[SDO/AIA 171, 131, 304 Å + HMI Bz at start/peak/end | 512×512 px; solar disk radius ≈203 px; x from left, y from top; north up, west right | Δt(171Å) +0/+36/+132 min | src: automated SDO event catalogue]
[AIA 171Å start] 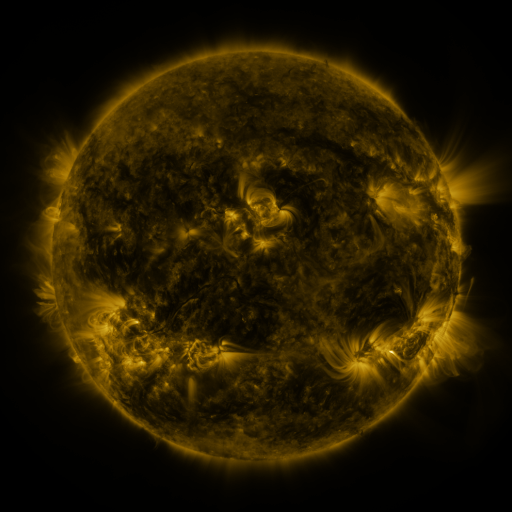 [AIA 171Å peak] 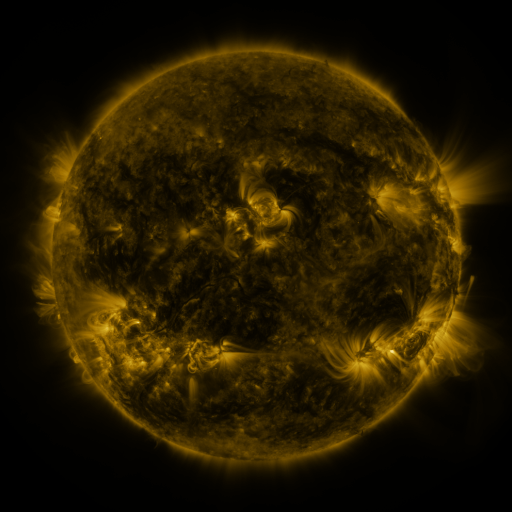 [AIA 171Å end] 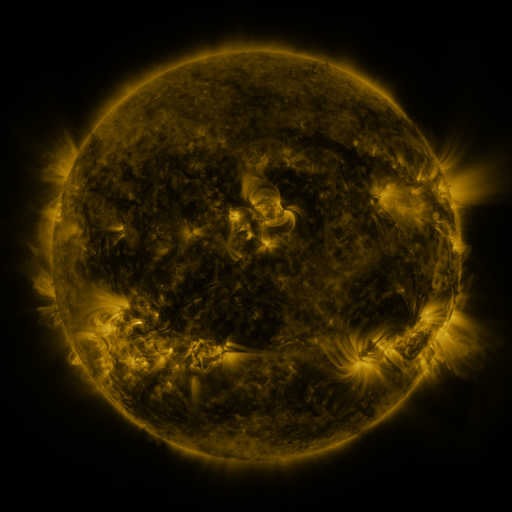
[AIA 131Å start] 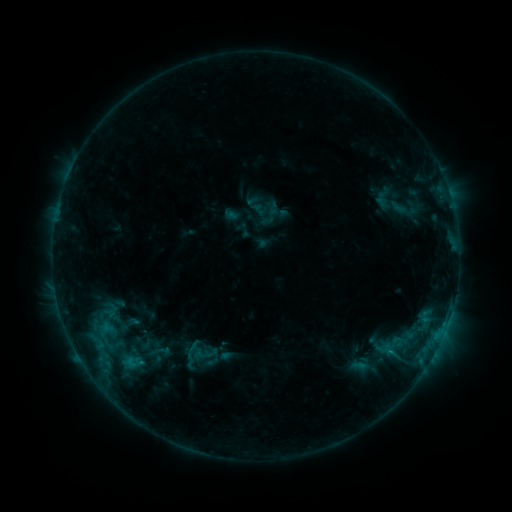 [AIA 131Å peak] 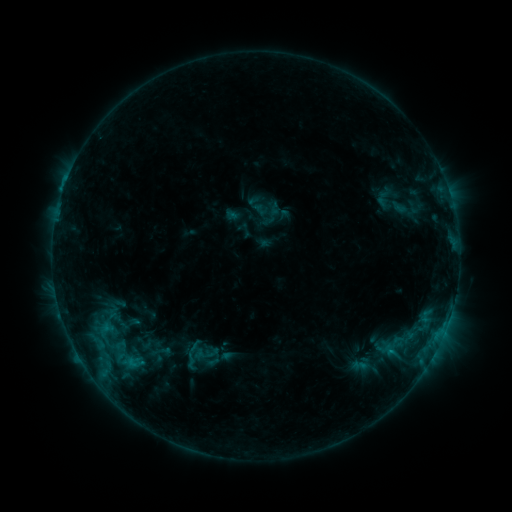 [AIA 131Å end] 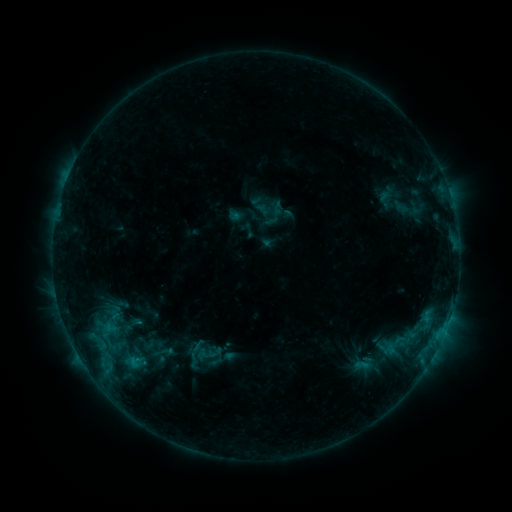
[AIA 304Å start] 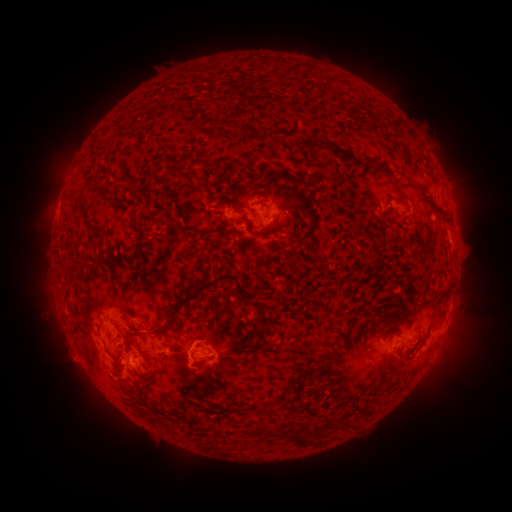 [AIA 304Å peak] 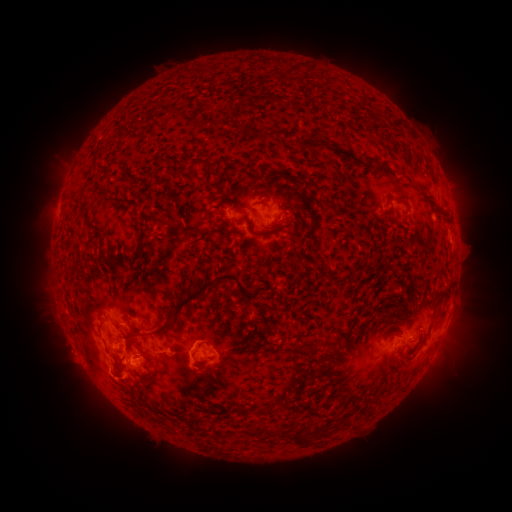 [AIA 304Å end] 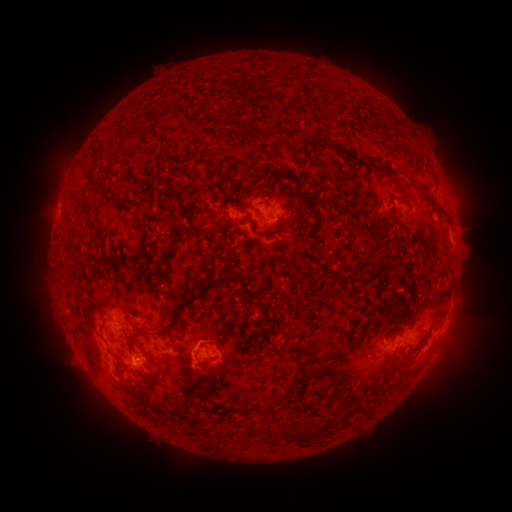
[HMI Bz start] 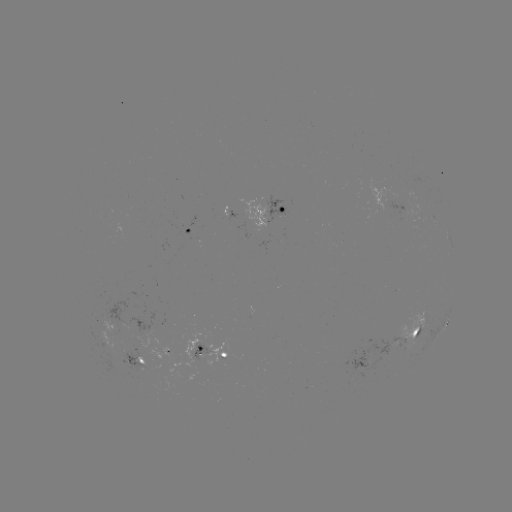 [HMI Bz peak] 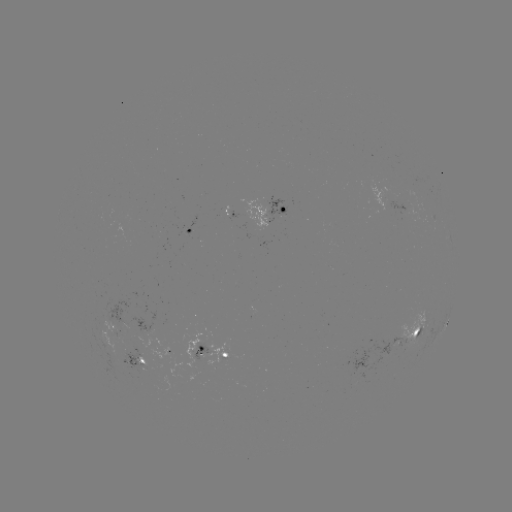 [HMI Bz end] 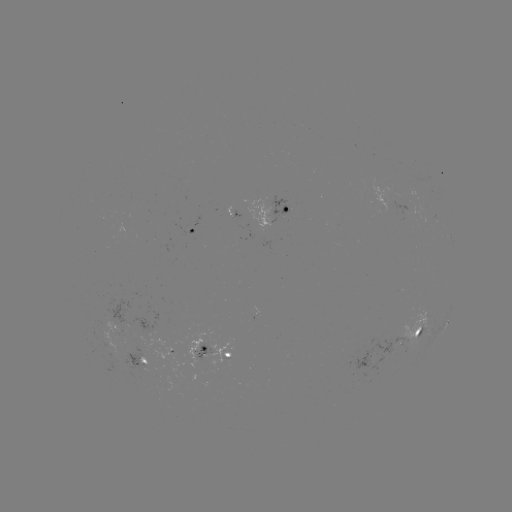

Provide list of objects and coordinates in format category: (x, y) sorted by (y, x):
C1.1 flare: (67, 181)
